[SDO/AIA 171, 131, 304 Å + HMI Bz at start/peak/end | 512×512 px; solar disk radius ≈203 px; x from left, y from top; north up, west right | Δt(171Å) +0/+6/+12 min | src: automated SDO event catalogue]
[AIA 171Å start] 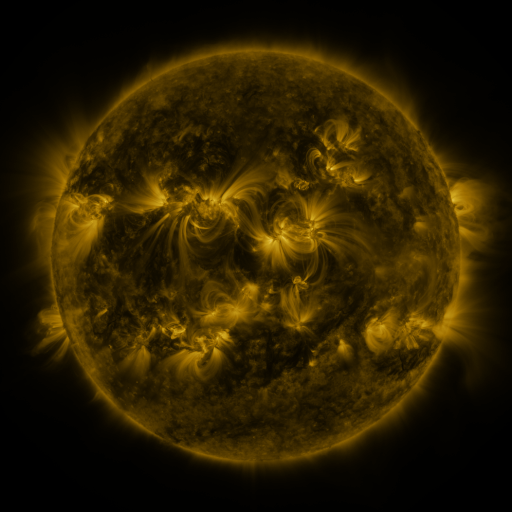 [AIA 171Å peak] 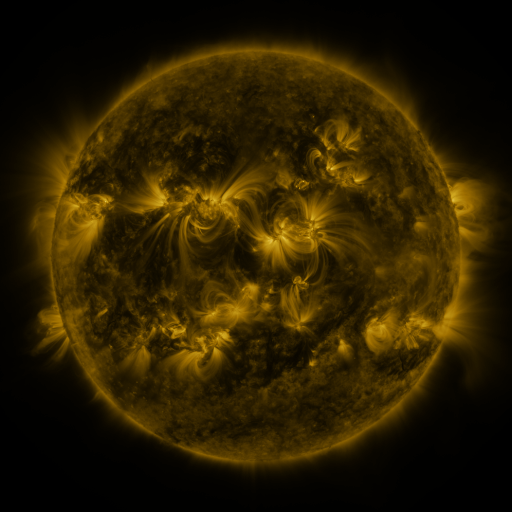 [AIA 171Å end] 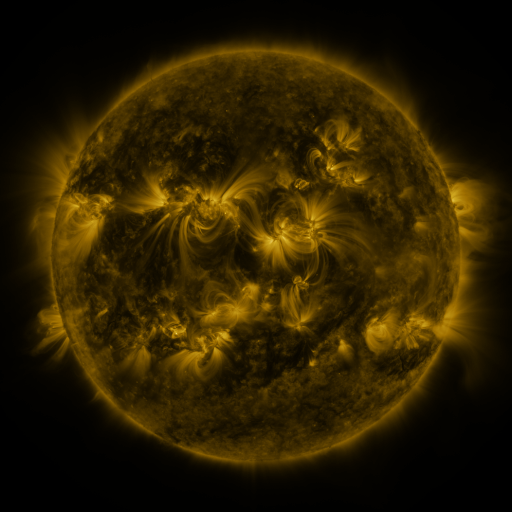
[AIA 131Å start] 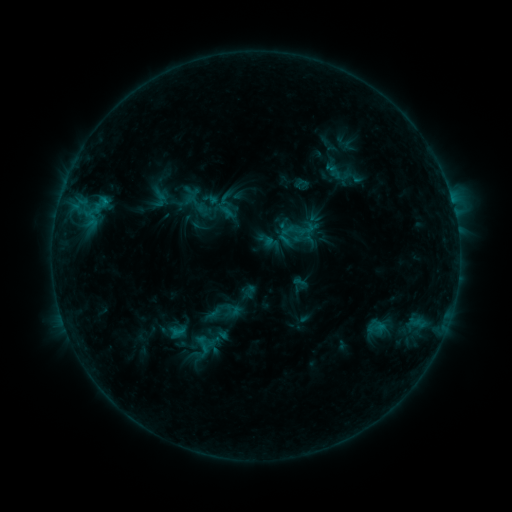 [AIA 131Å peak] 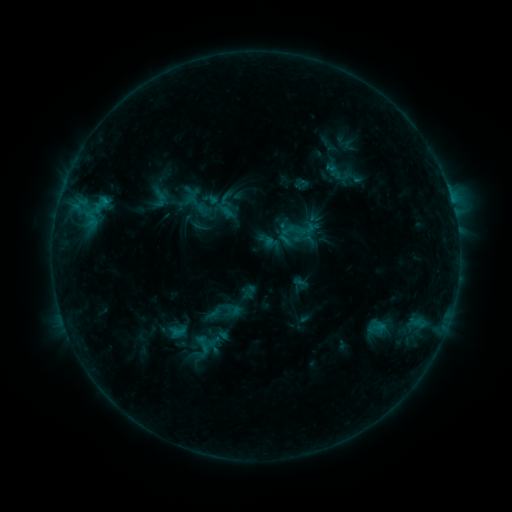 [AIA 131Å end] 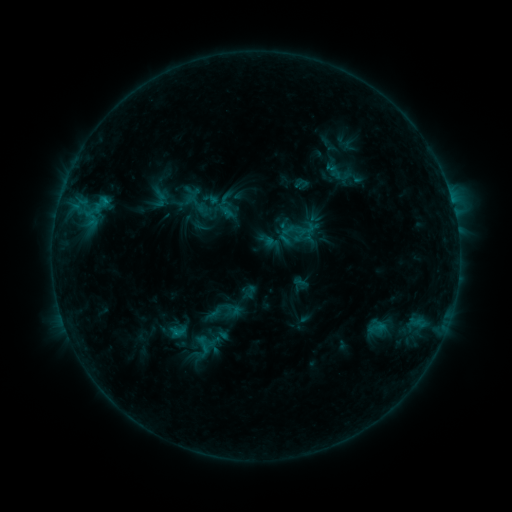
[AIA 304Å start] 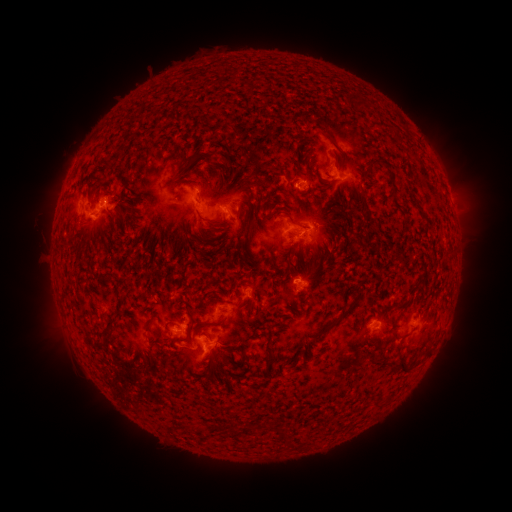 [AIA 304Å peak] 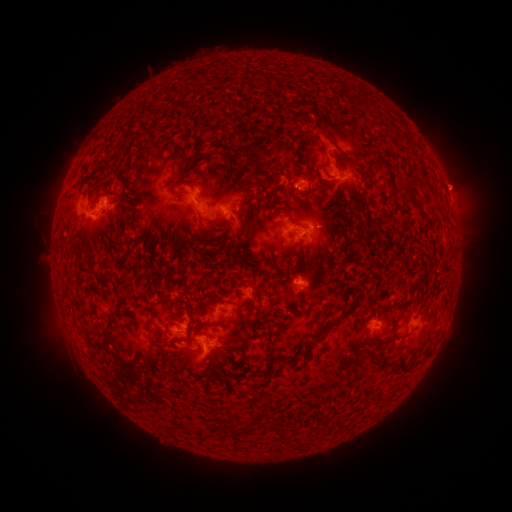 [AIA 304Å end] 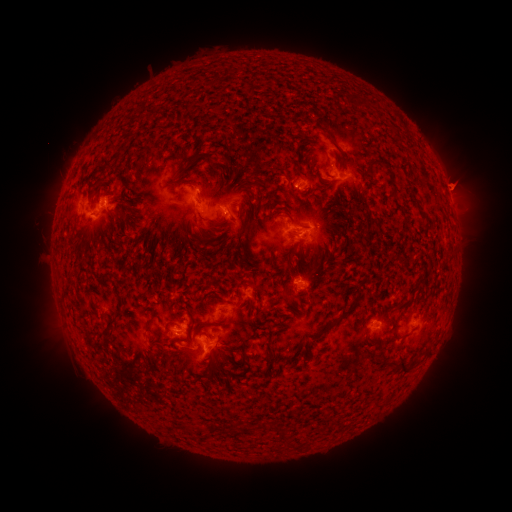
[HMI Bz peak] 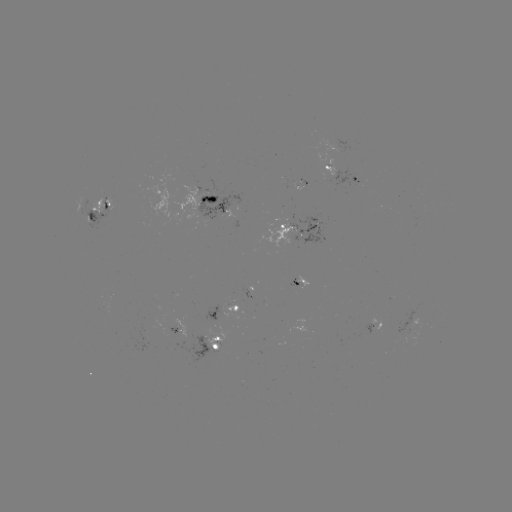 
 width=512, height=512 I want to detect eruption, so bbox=[434, 157, 487, 207].